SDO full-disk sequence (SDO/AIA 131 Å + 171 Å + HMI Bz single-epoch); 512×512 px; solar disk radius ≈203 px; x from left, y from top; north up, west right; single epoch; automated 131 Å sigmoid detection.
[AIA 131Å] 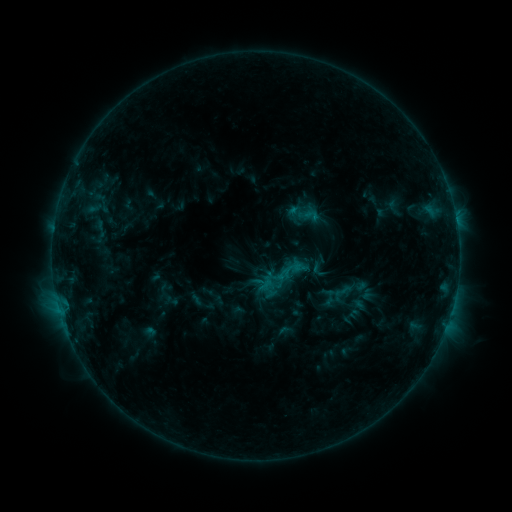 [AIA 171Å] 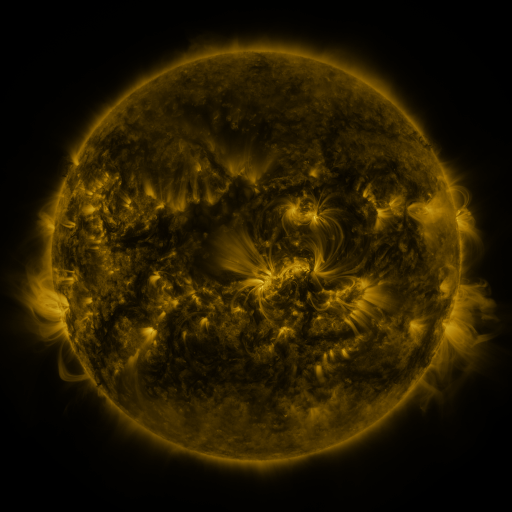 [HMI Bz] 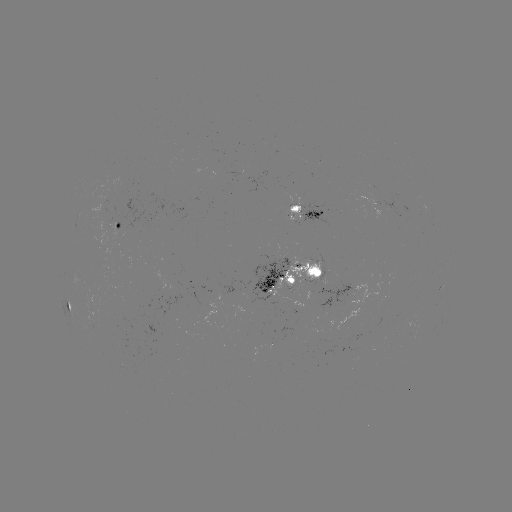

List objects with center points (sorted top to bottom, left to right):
sigmoid: (275, 256, 304, 285)
sigmoid: (308, 257, 330, 280)
